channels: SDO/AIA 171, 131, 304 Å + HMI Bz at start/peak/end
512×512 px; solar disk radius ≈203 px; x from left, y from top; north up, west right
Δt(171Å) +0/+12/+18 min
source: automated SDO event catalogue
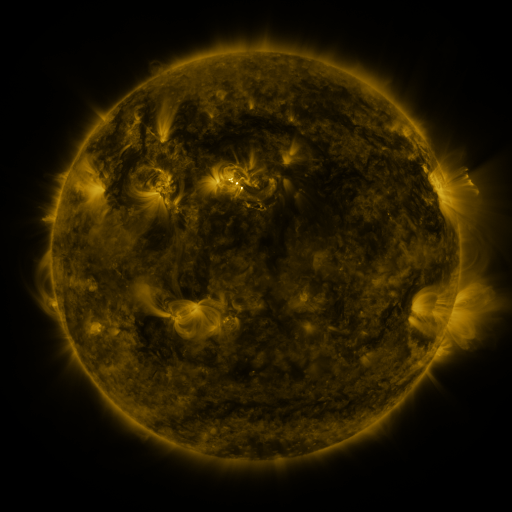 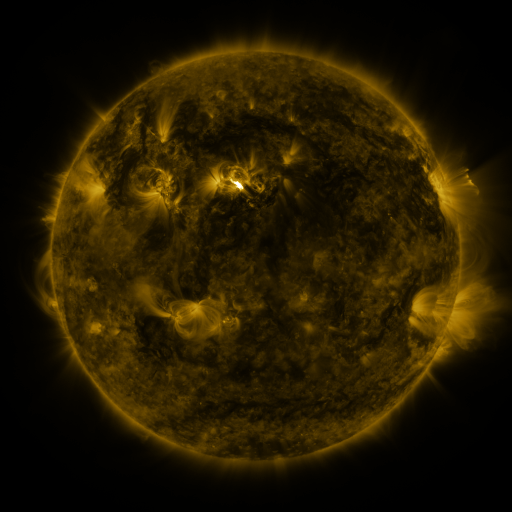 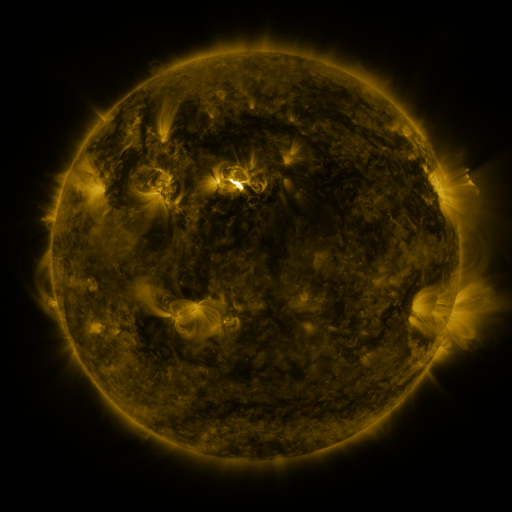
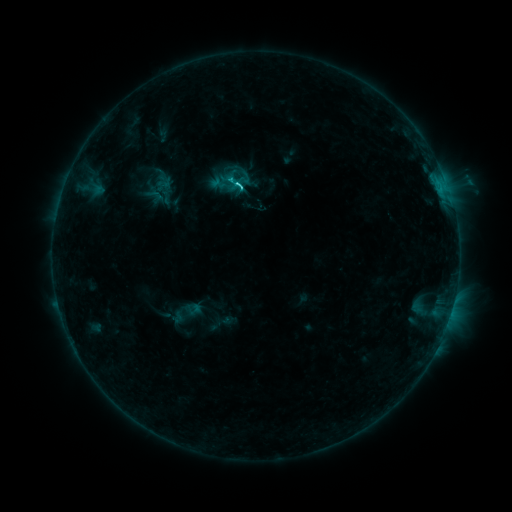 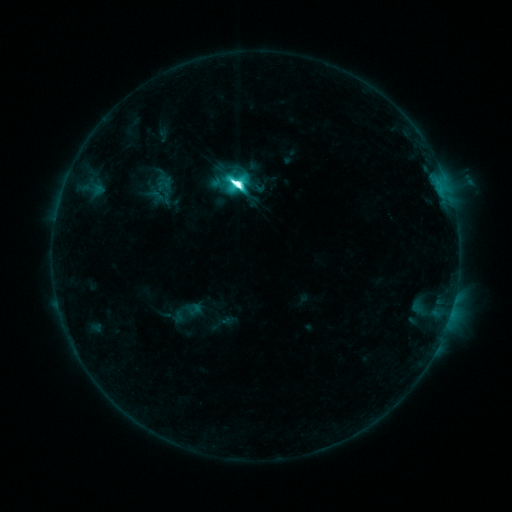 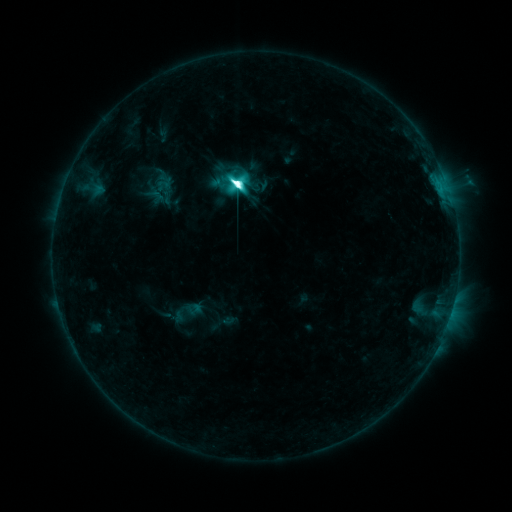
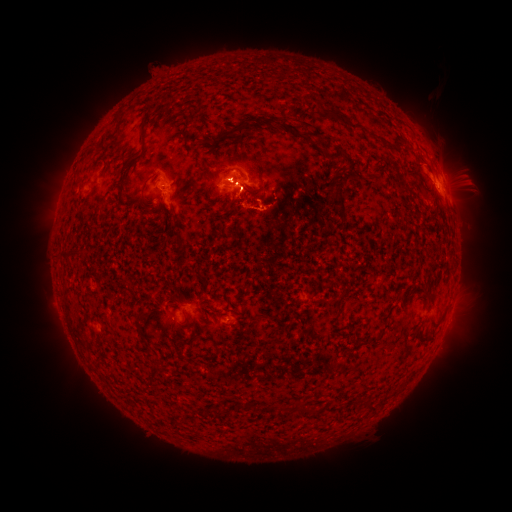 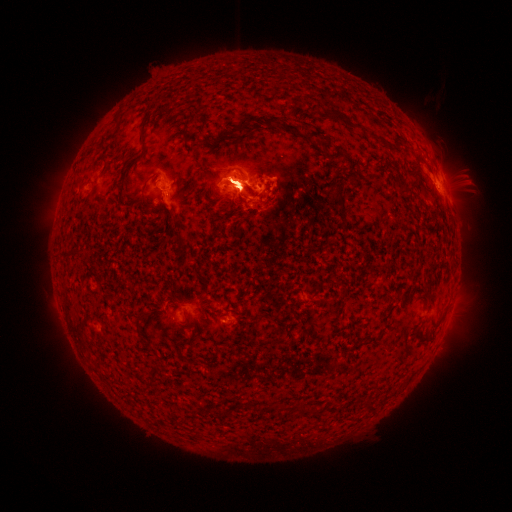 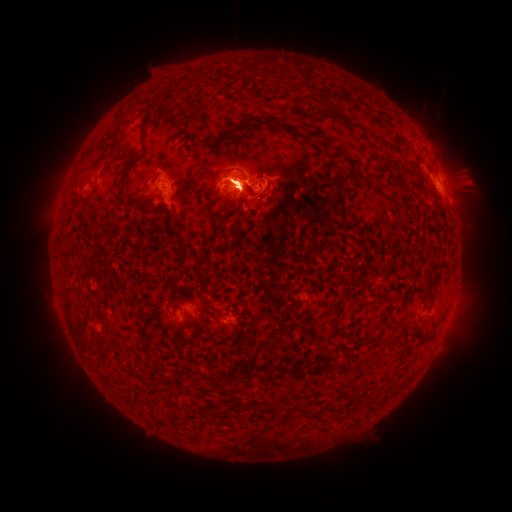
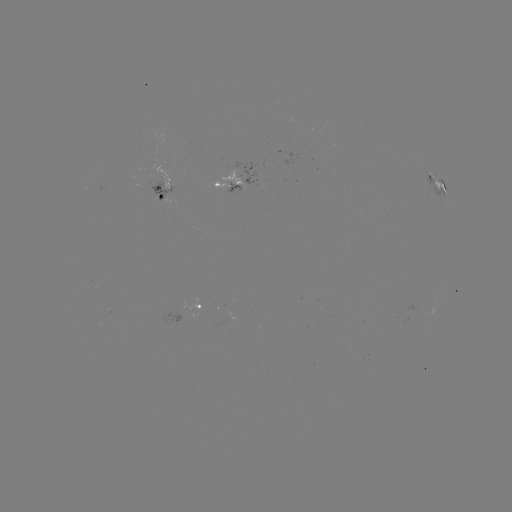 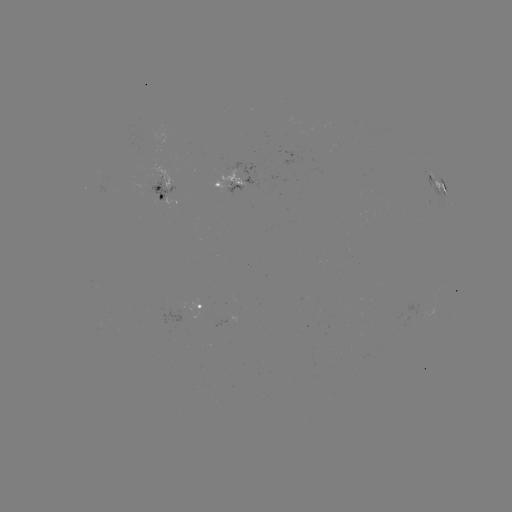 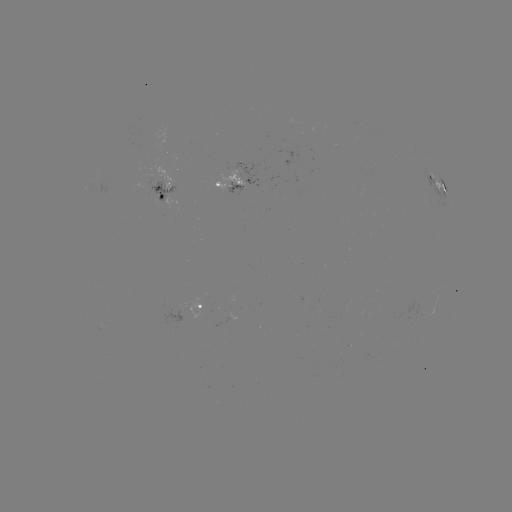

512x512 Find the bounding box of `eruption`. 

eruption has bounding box [403, 117, 487, 225].